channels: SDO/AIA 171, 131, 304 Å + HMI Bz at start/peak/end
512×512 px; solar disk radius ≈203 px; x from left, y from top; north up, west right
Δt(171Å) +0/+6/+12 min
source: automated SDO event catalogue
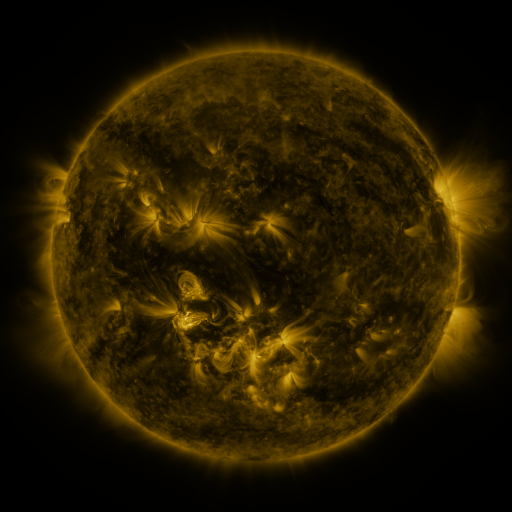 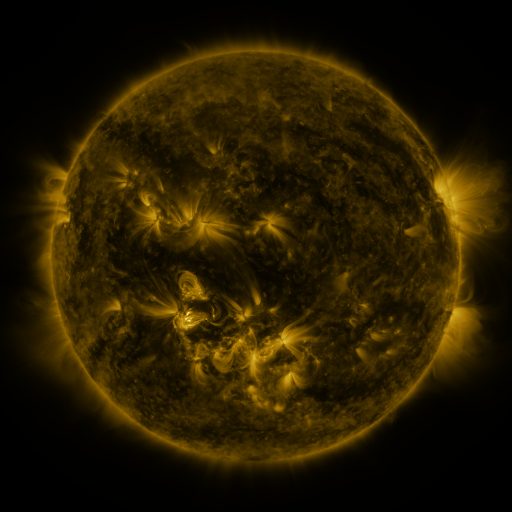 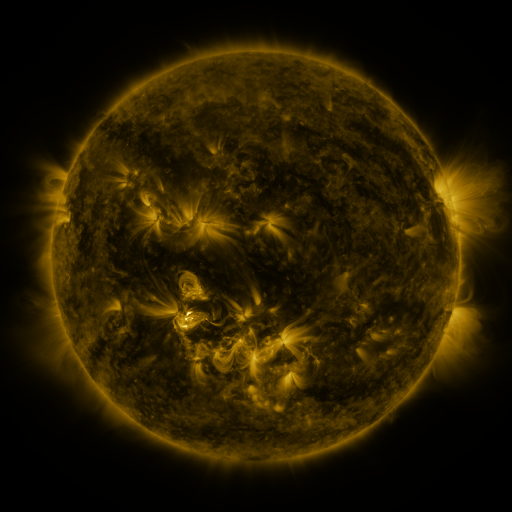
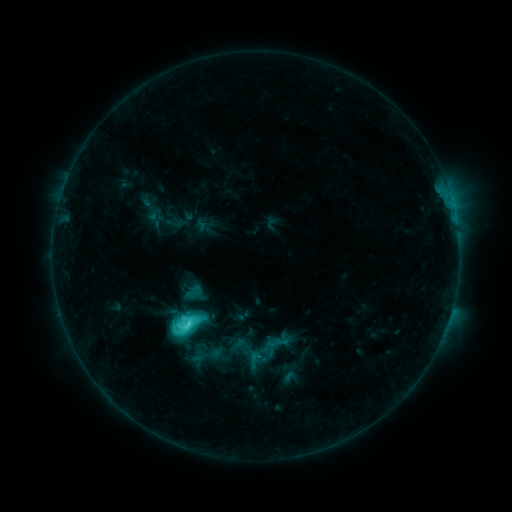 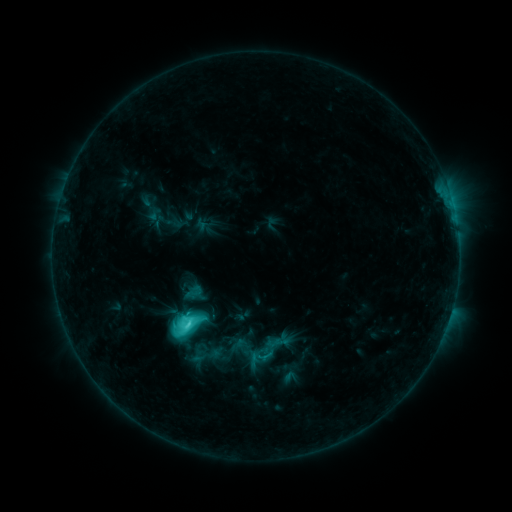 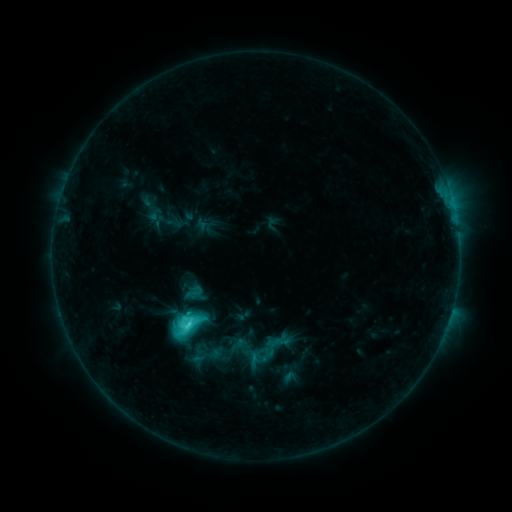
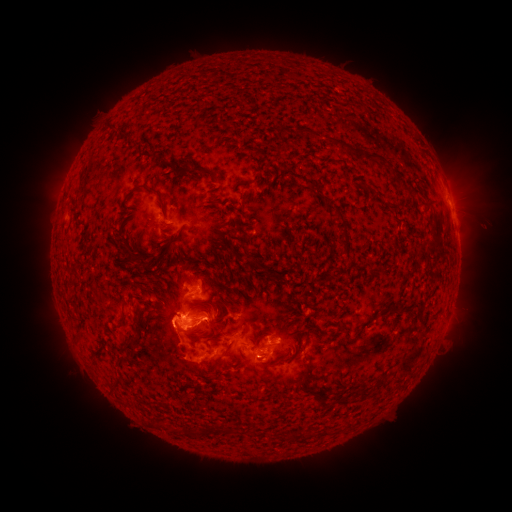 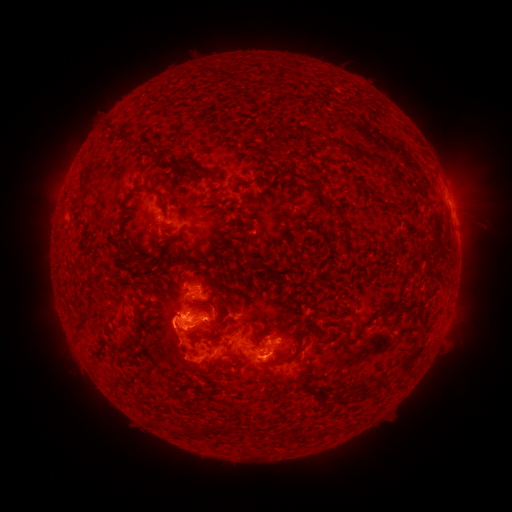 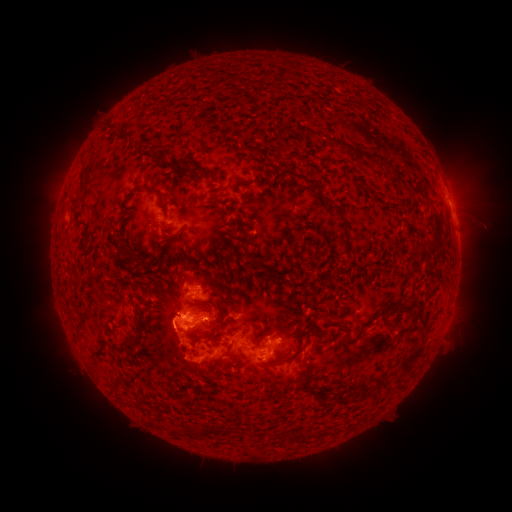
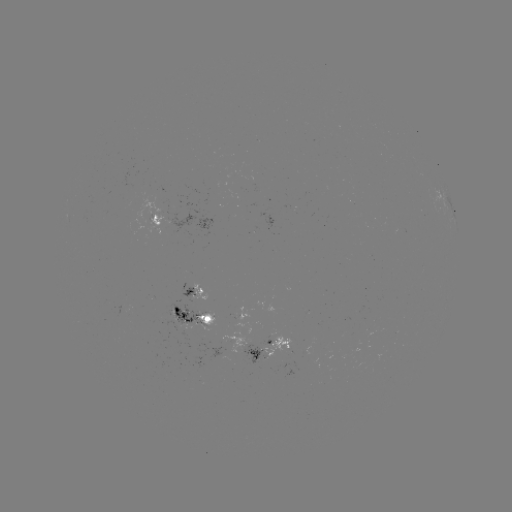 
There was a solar eruption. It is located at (469, 181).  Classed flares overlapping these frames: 1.